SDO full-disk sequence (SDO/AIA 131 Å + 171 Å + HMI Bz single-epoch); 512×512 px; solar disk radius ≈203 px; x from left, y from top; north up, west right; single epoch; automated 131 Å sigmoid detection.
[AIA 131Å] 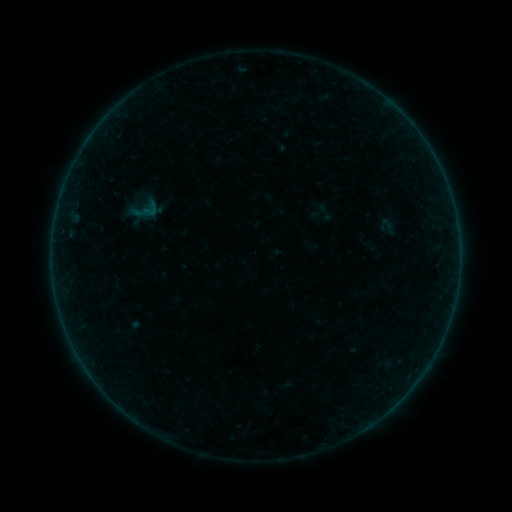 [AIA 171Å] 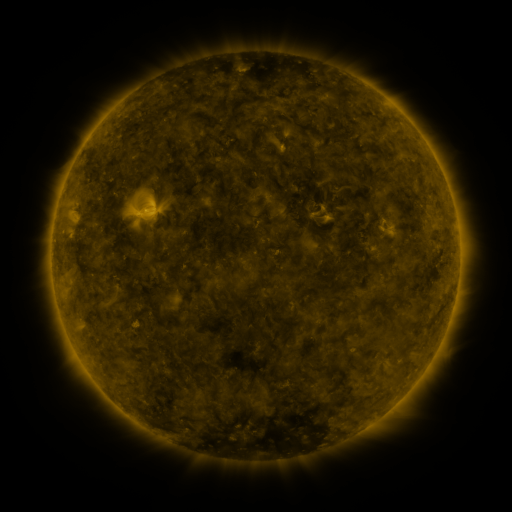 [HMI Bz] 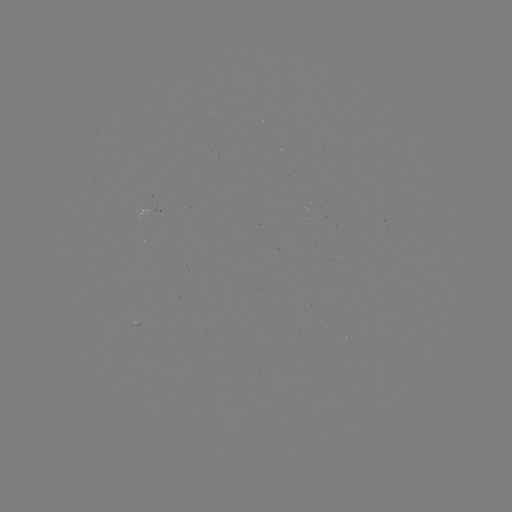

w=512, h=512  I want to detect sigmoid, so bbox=[141, 200, 160, 219].